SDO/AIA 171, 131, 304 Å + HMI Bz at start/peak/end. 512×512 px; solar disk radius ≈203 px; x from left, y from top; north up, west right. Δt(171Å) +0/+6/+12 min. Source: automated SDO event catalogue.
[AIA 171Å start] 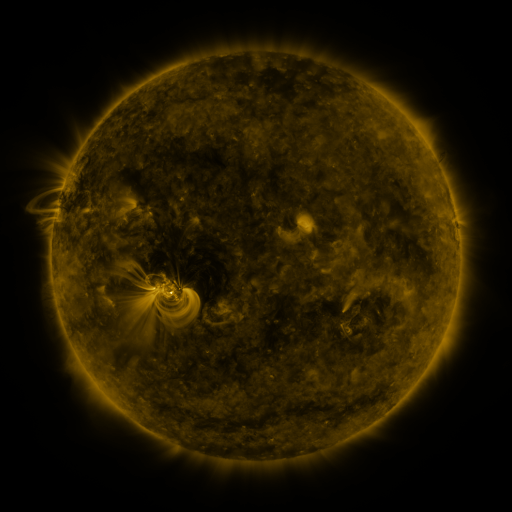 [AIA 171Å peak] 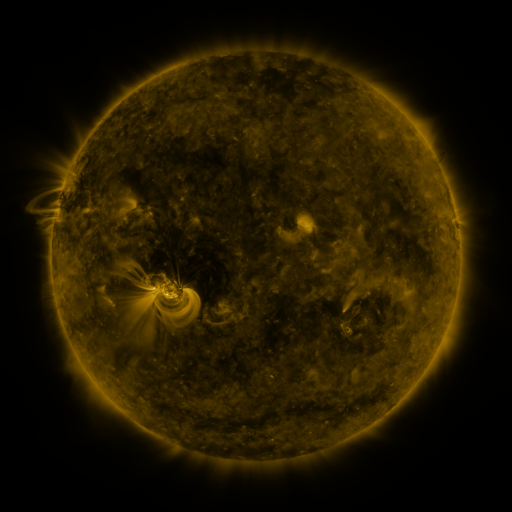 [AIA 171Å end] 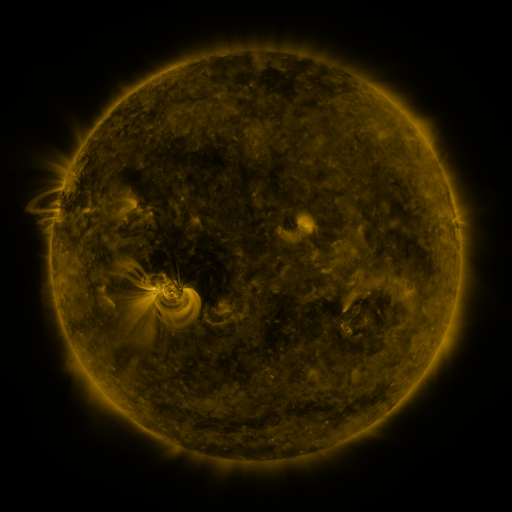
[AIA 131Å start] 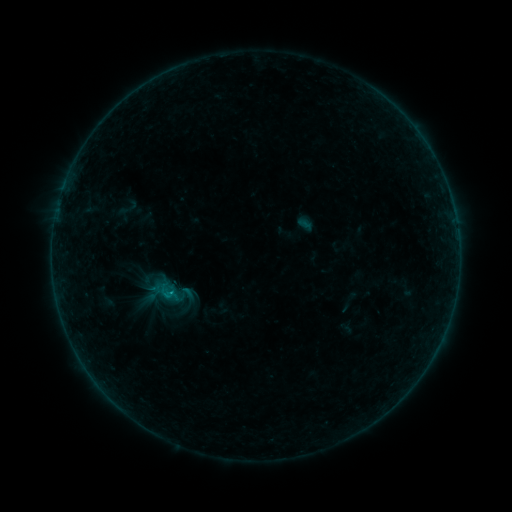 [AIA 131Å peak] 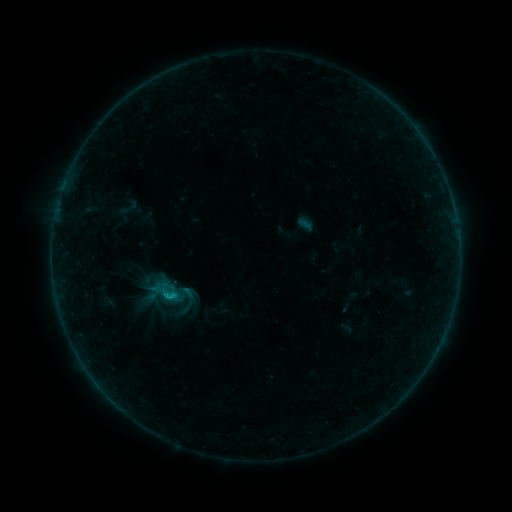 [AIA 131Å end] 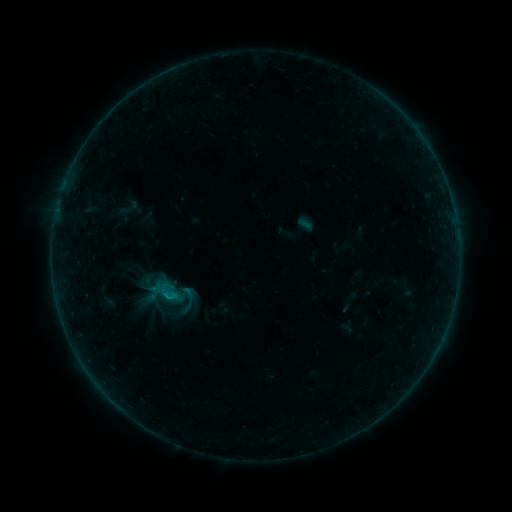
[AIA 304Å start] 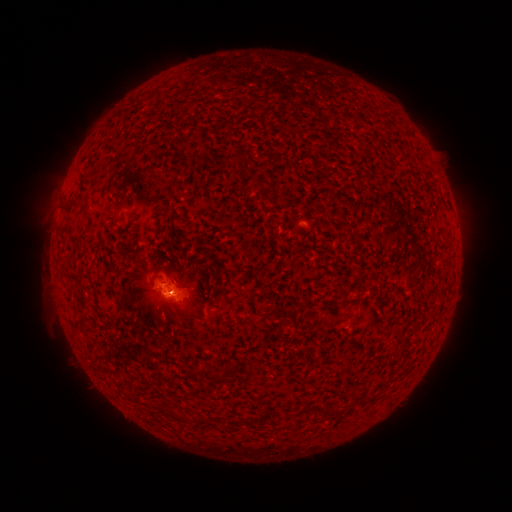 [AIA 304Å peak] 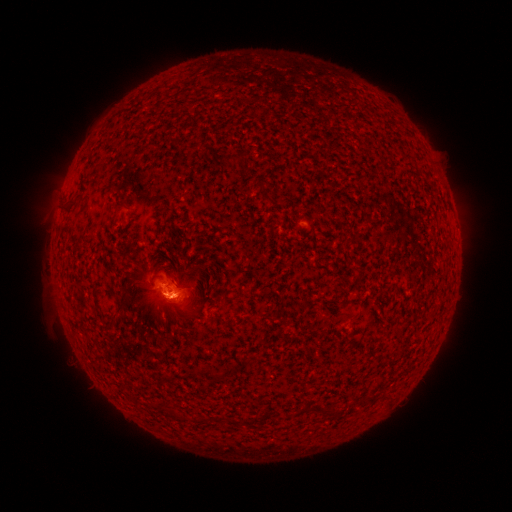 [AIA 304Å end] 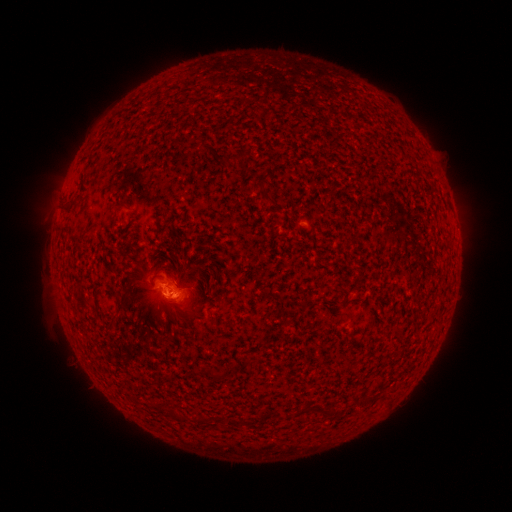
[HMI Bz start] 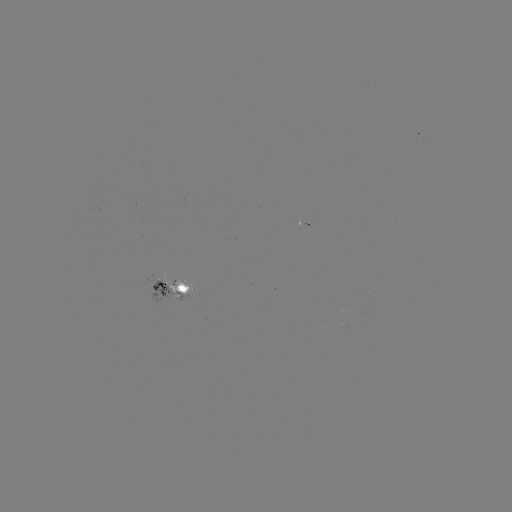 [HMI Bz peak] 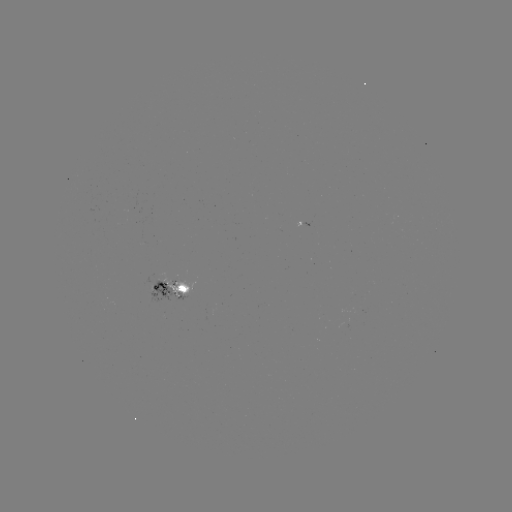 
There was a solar flare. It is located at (173, 296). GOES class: B3.6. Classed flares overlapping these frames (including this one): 1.